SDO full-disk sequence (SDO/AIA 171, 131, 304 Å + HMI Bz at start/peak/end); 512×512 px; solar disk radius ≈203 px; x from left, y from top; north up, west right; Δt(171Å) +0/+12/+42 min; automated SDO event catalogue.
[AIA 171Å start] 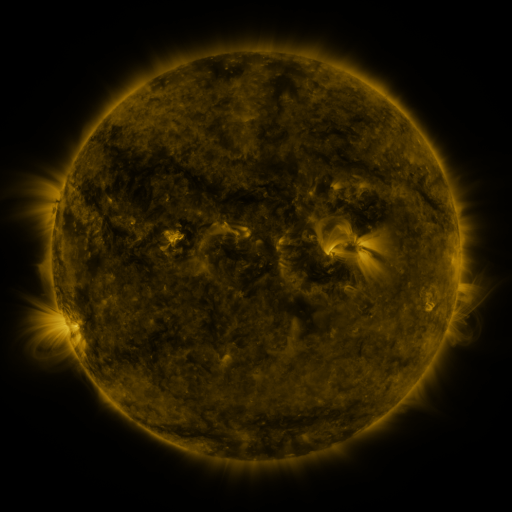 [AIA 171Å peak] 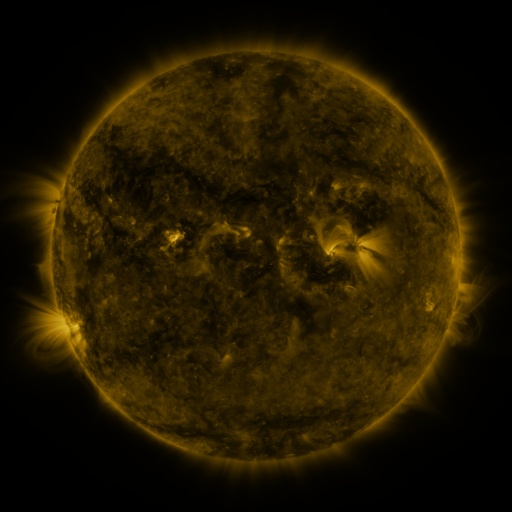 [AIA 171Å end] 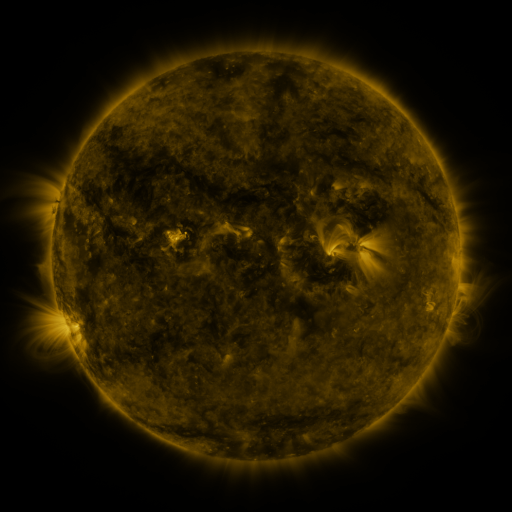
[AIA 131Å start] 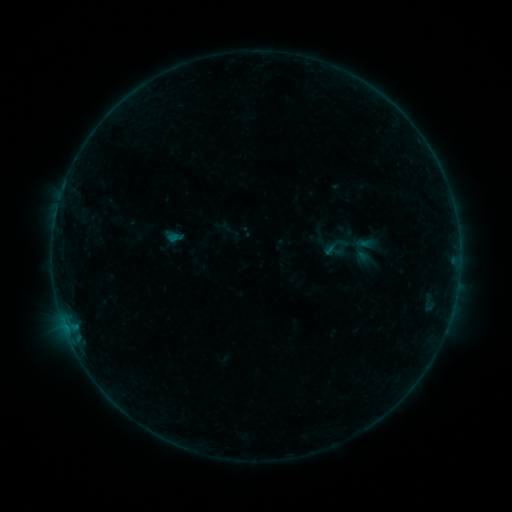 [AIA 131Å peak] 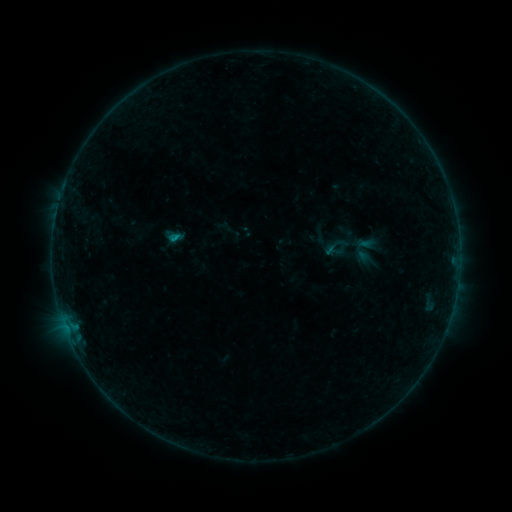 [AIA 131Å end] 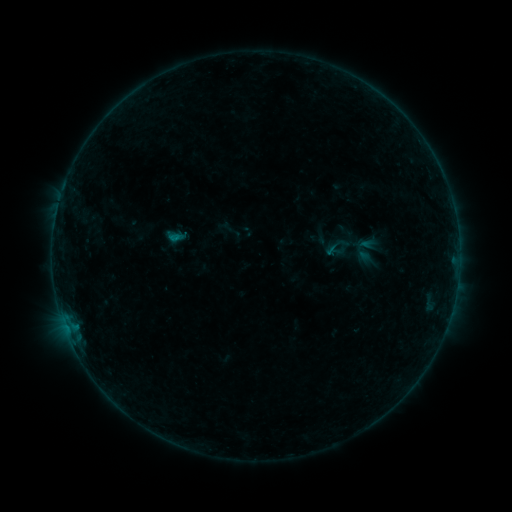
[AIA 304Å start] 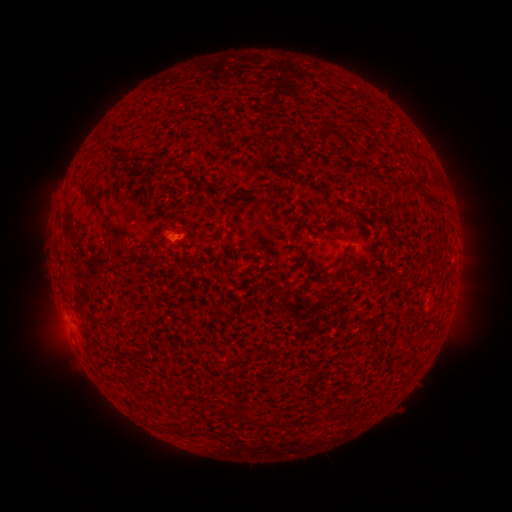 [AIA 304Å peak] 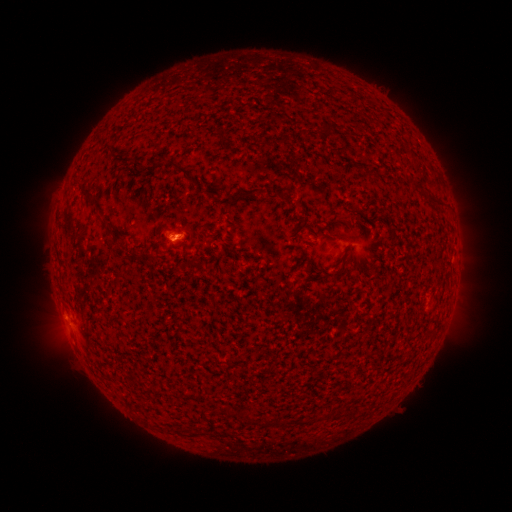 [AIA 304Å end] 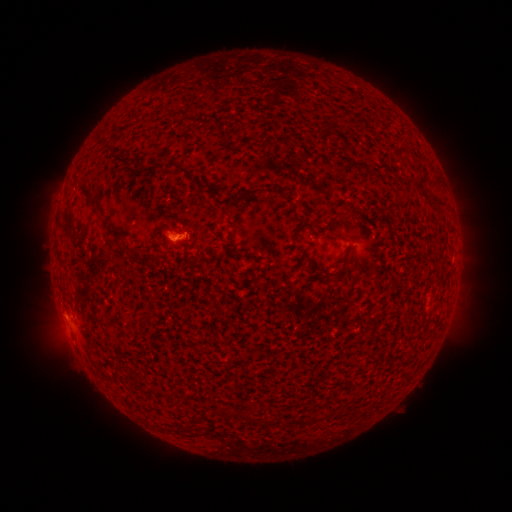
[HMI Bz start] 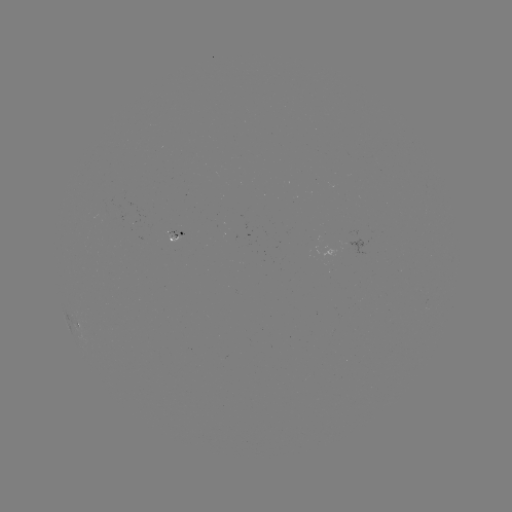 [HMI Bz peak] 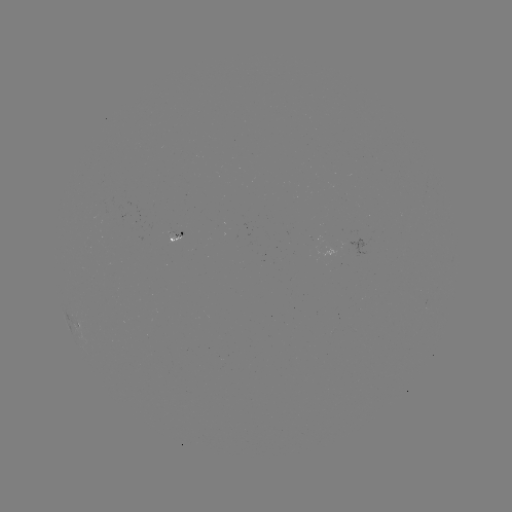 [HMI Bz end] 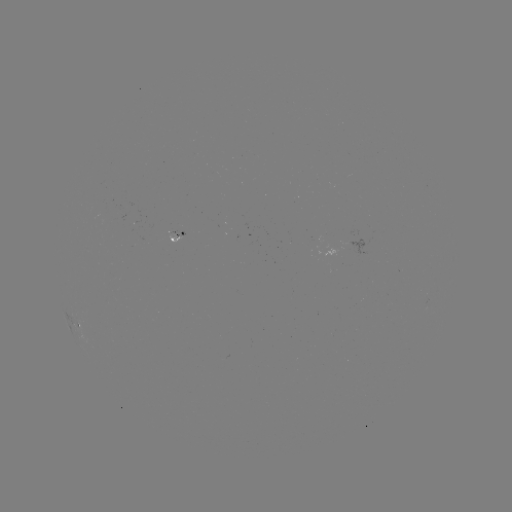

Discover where B1.9 flare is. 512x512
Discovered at [174, 239].